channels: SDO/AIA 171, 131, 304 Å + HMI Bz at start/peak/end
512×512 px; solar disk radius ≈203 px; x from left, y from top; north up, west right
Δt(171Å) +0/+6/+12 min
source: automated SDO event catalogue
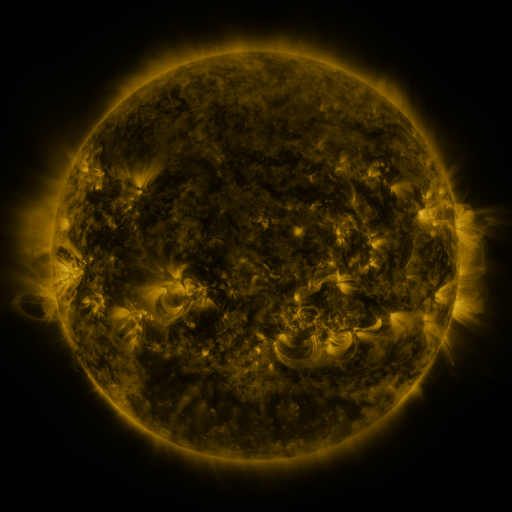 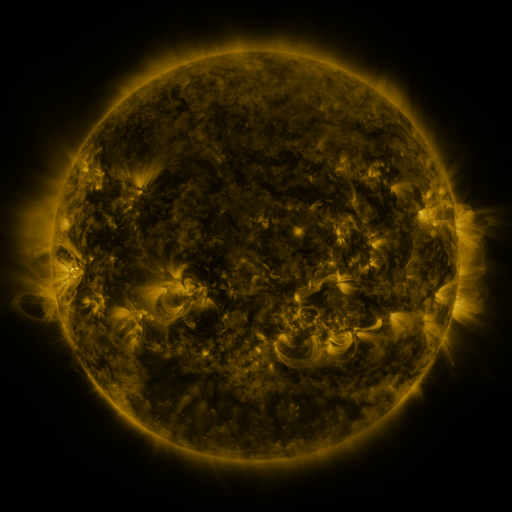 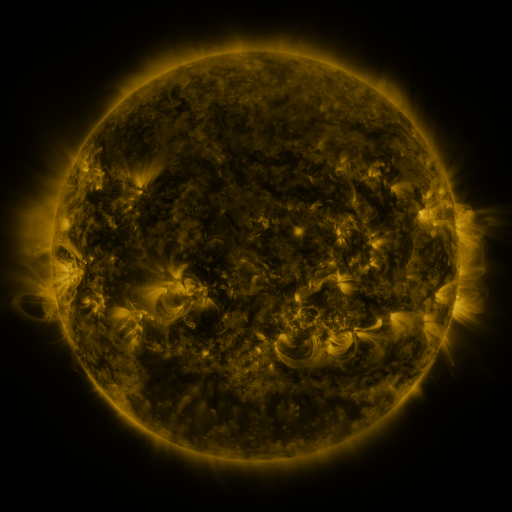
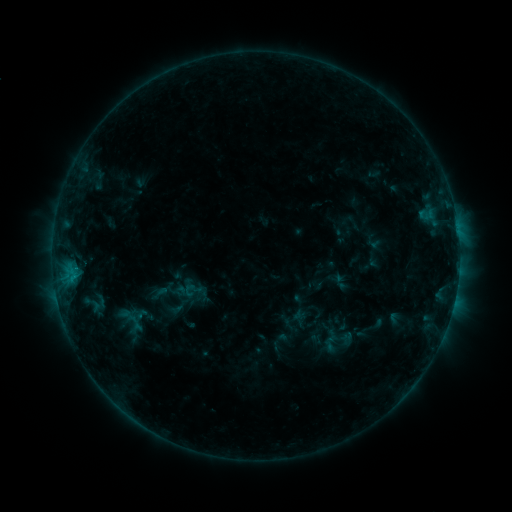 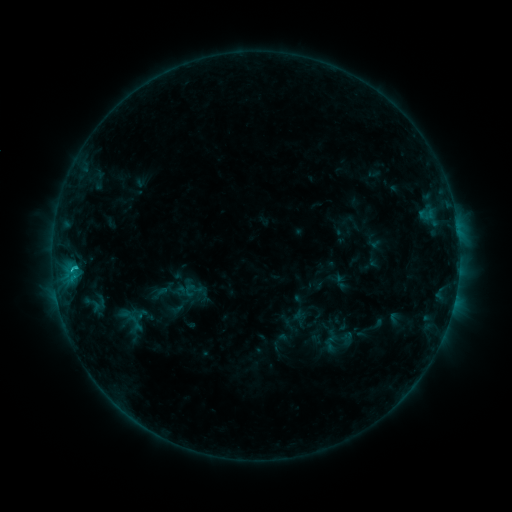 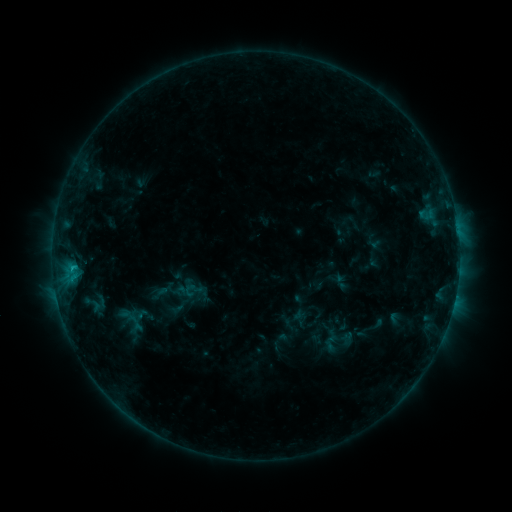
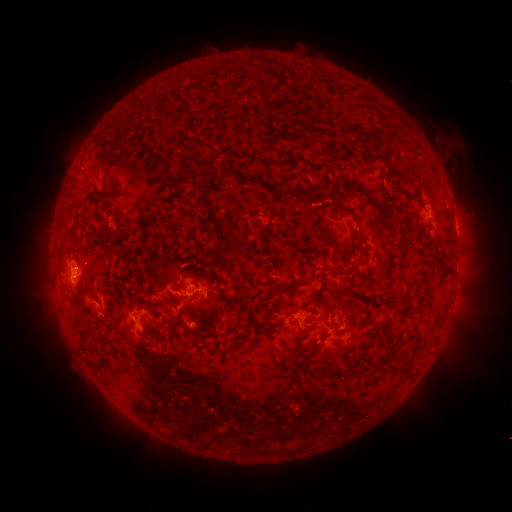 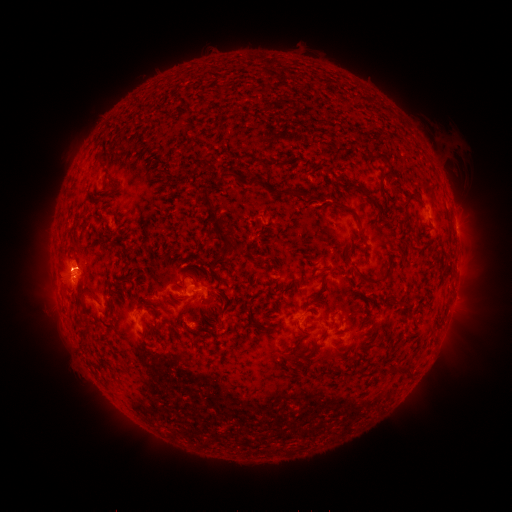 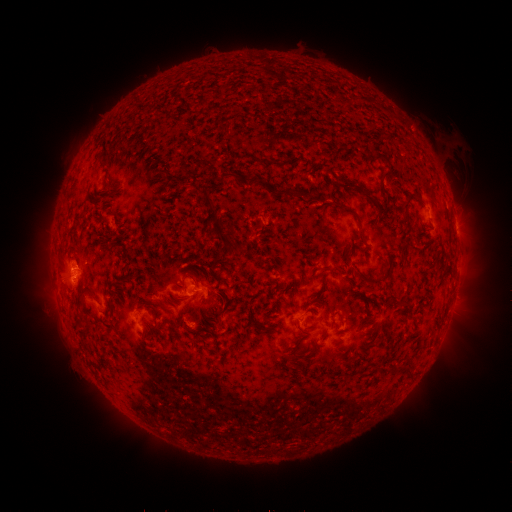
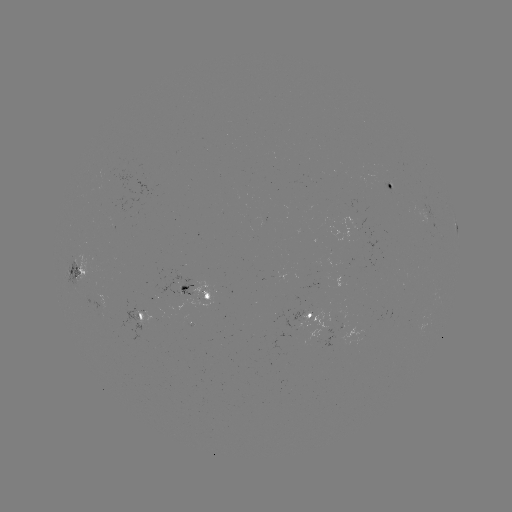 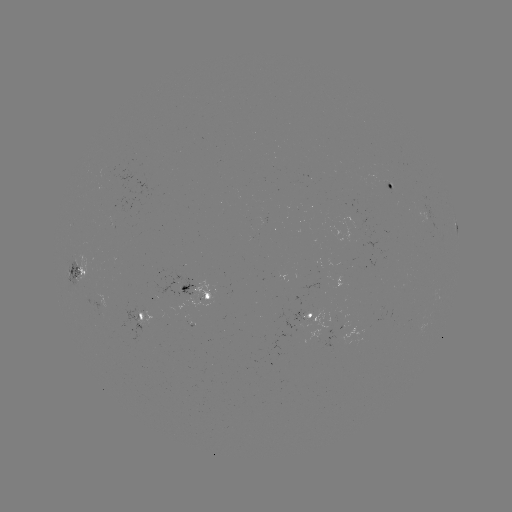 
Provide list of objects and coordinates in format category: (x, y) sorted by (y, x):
B9.3 flare: (76, 265)
